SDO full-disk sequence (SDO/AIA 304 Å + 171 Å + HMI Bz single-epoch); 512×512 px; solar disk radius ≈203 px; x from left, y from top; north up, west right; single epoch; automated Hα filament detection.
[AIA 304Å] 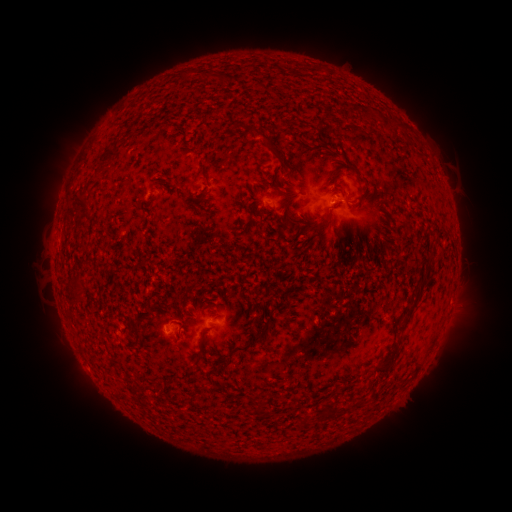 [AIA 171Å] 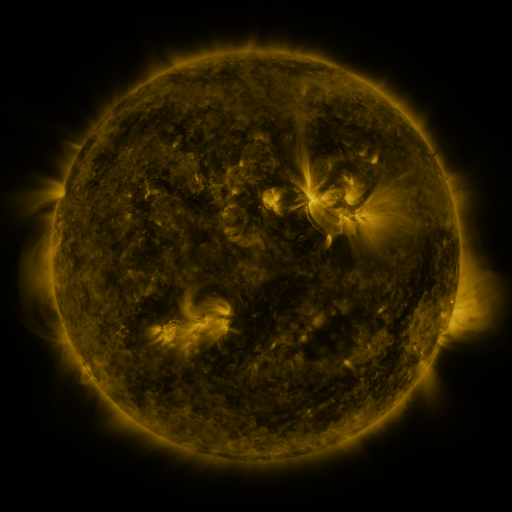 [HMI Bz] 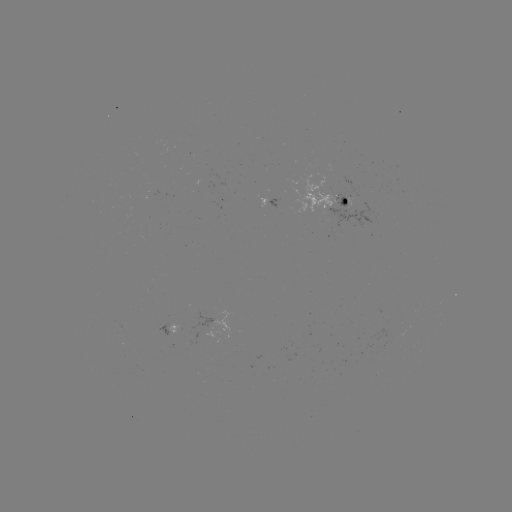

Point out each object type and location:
filament: (370, 114)
filament: (253, 132)
filament: (113, 152)
filament: (275, 152)
filament: (80, 201)
filament: (318, 227)
filament: (408, 317)
filament: (257, 338)
filament: (386, 364)
filament: (257, 406)
filament: (326, 406)
filament: (303, 424)
